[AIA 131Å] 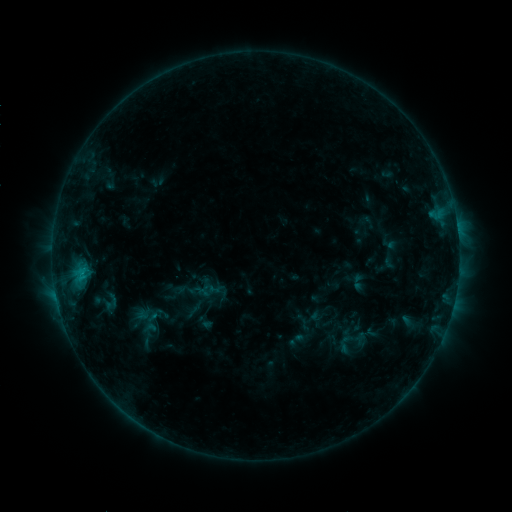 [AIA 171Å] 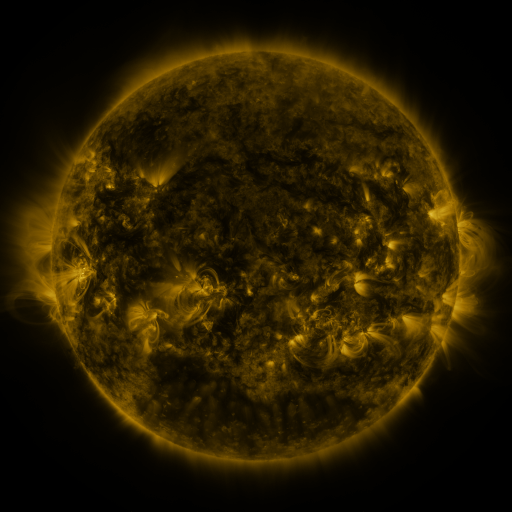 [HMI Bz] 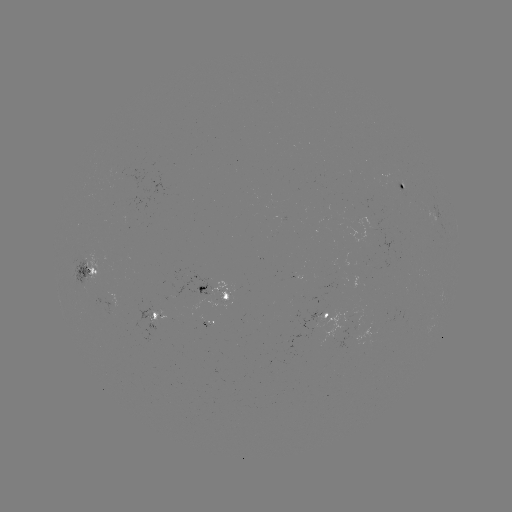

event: sigmoid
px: (345, 344)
